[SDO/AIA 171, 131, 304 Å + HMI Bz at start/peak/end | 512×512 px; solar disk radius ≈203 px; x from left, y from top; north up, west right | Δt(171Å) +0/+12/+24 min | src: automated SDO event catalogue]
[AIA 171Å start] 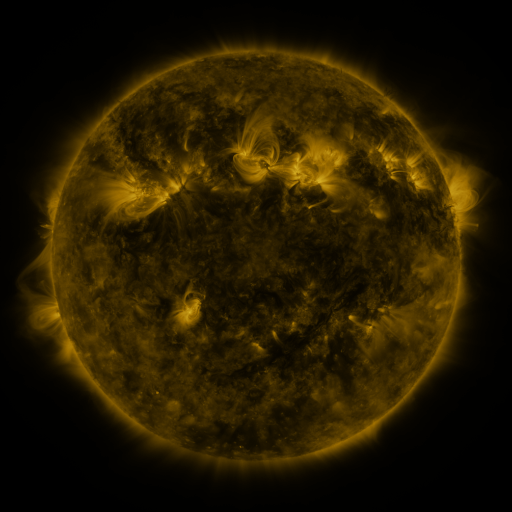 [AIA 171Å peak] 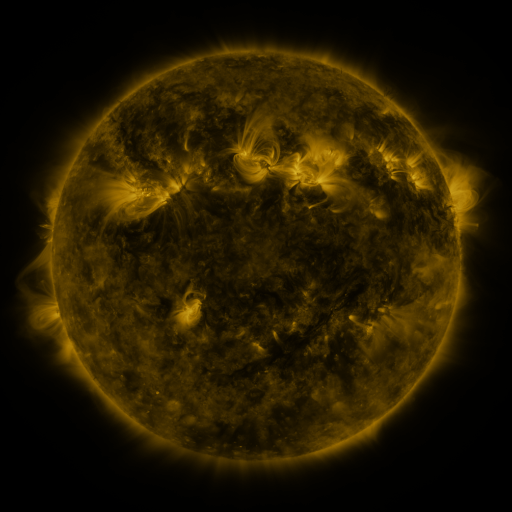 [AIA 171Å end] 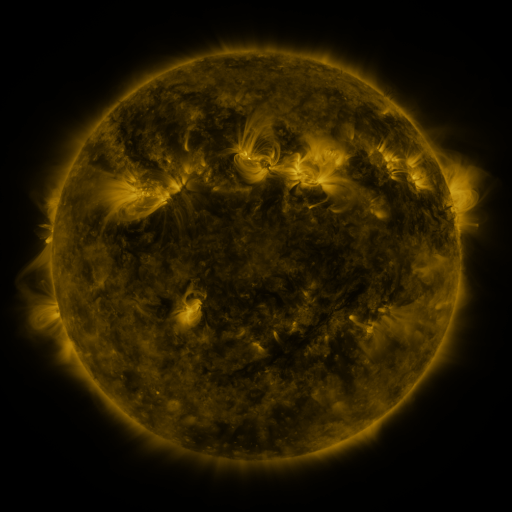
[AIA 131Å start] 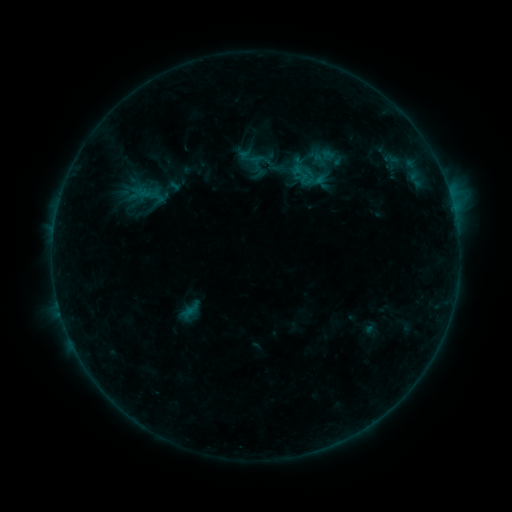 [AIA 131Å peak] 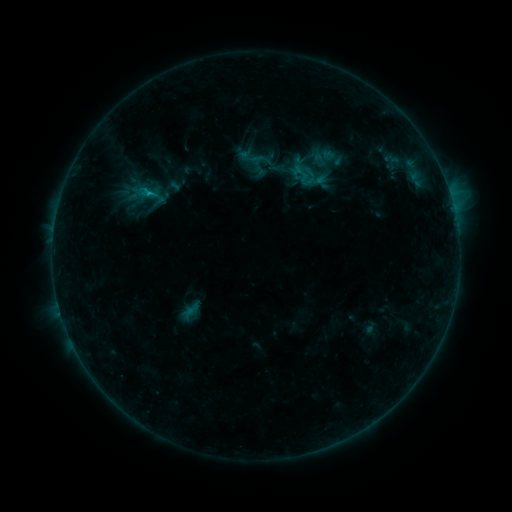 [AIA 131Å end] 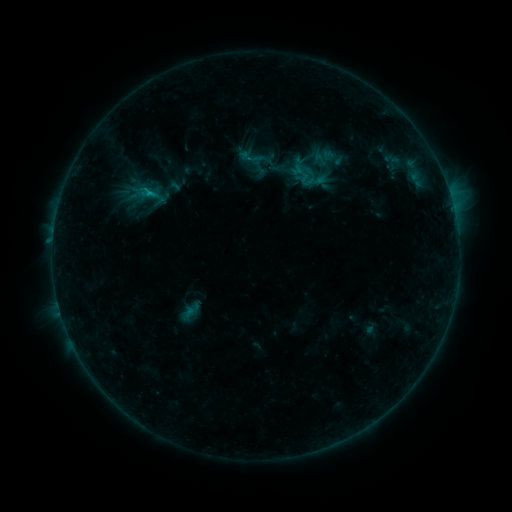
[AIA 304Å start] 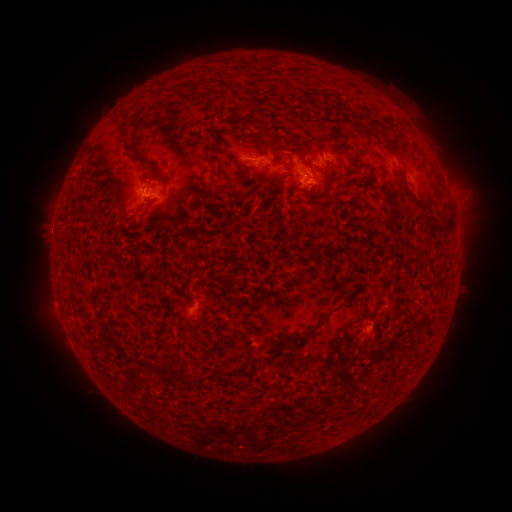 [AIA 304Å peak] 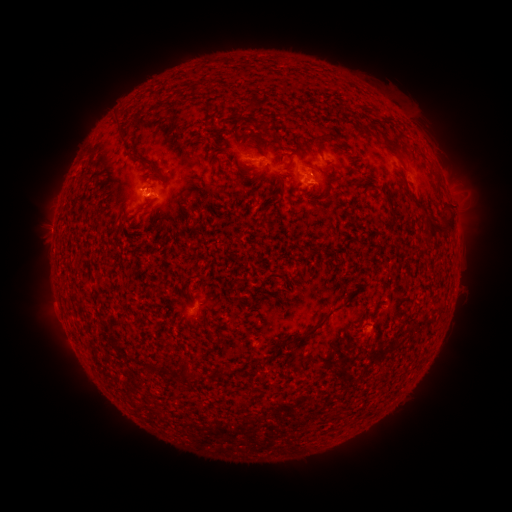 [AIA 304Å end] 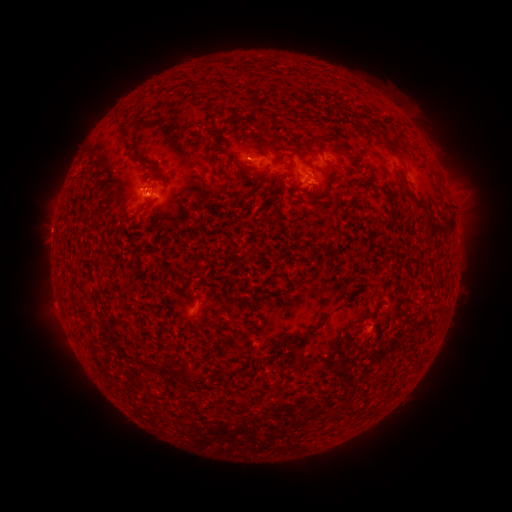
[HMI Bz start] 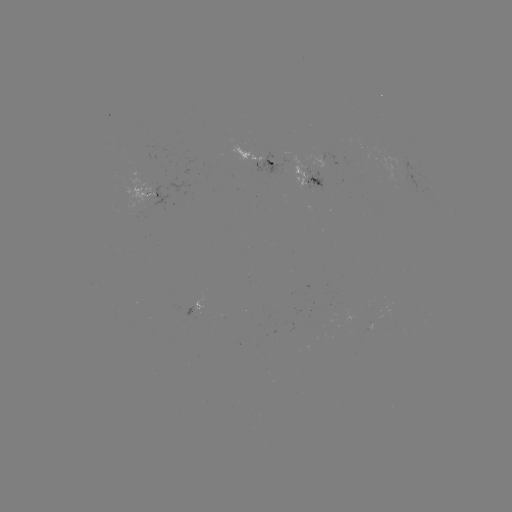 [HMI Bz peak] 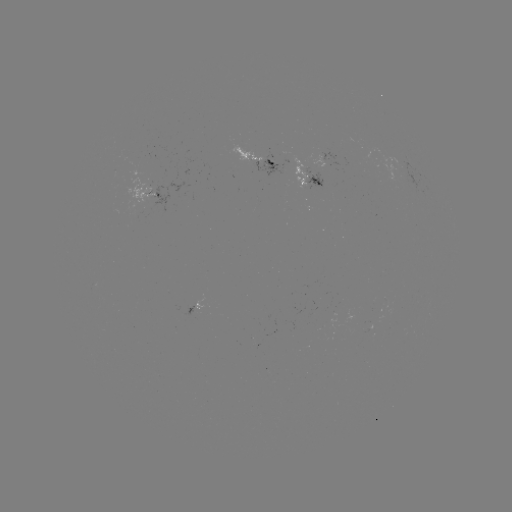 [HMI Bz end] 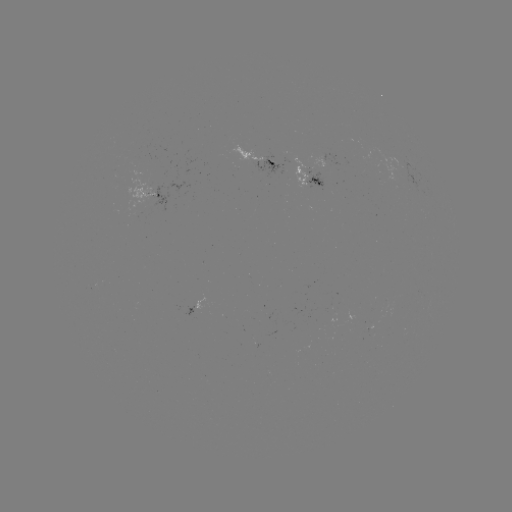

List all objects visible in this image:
B7.2 flare: (150, 196)
